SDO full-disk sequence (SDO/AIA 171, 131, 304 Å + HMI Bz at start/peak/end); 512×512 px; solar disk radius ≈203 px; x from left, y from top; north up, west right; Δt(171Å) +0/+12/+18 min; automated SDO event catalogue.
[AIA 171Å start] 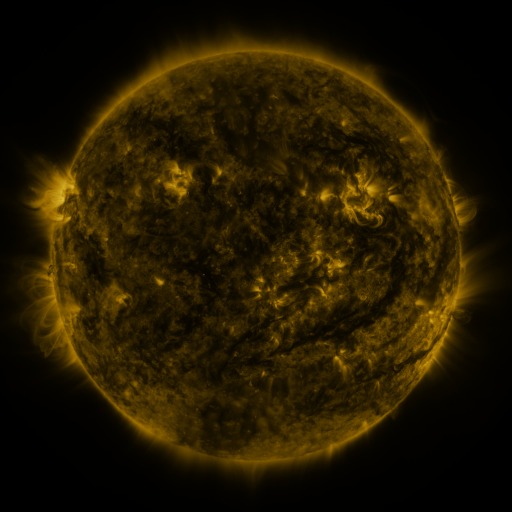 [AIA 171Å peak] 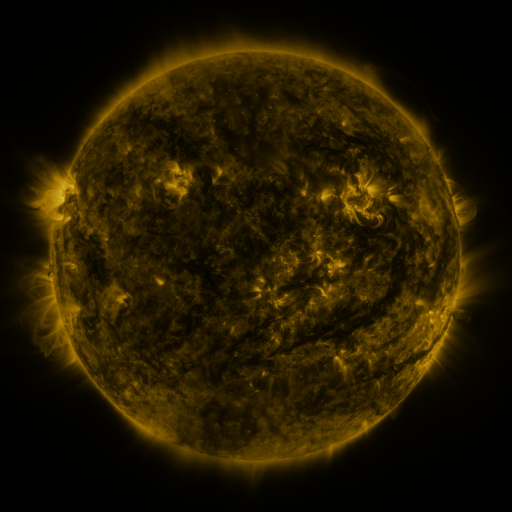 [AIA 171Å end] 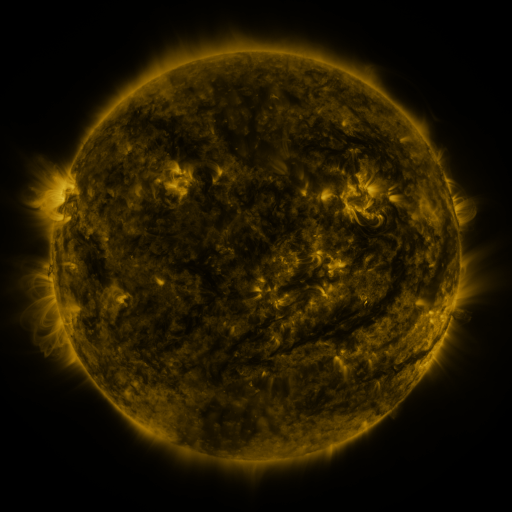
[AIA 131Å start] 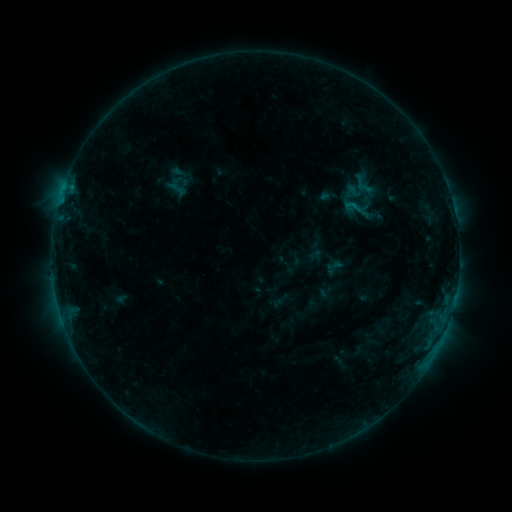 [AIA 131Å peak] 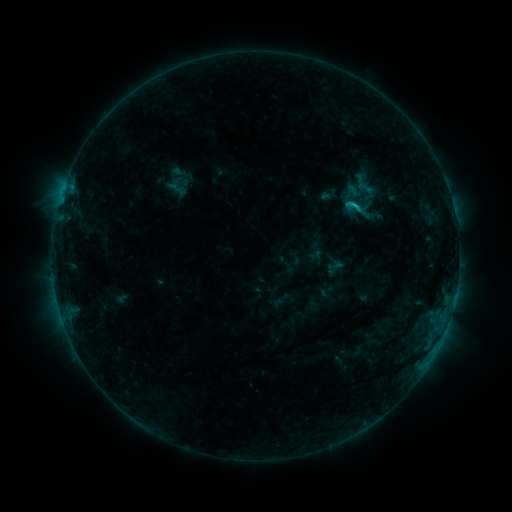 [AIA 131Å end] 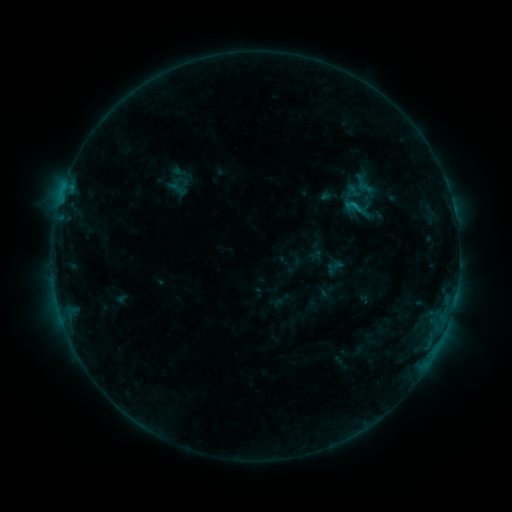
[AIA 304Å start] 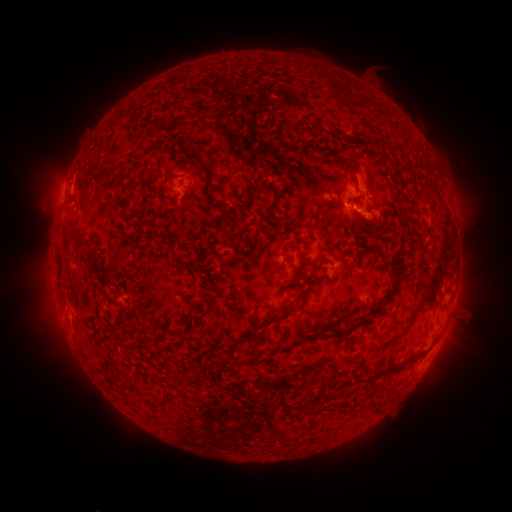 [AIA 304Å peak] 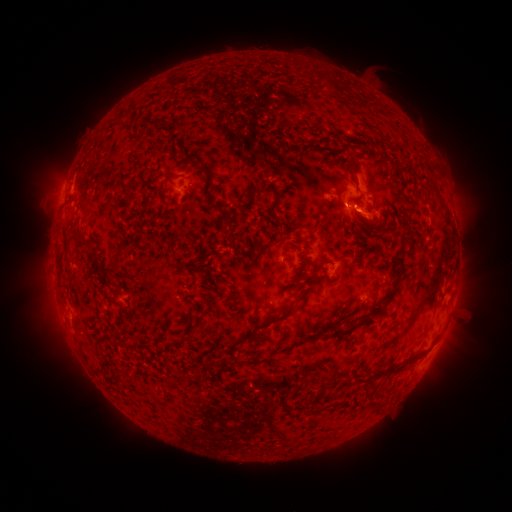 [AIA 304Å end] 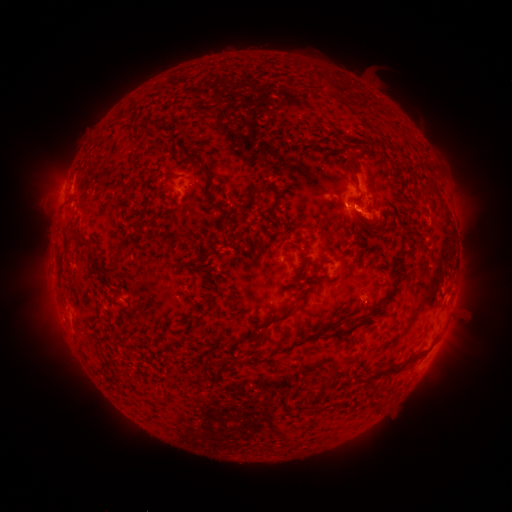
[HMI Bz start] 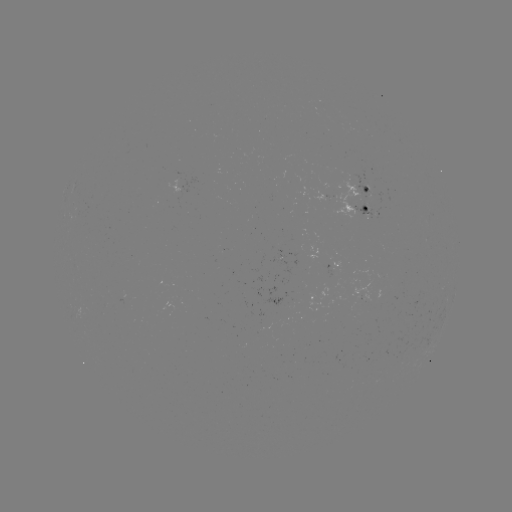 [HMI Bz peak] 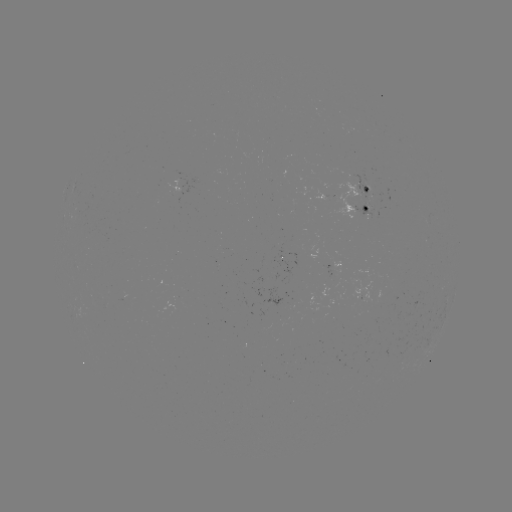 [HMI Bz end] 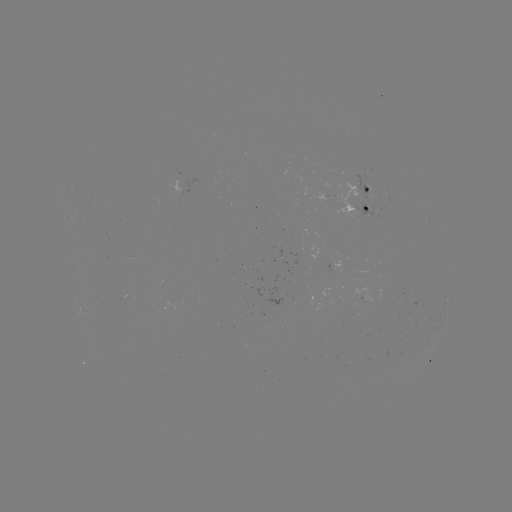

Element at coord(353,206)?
B8.8 flare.